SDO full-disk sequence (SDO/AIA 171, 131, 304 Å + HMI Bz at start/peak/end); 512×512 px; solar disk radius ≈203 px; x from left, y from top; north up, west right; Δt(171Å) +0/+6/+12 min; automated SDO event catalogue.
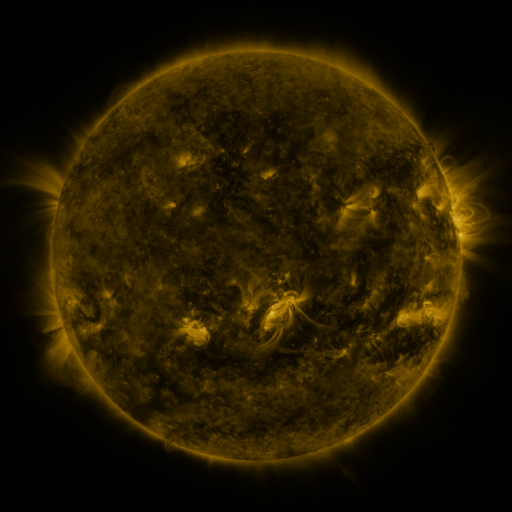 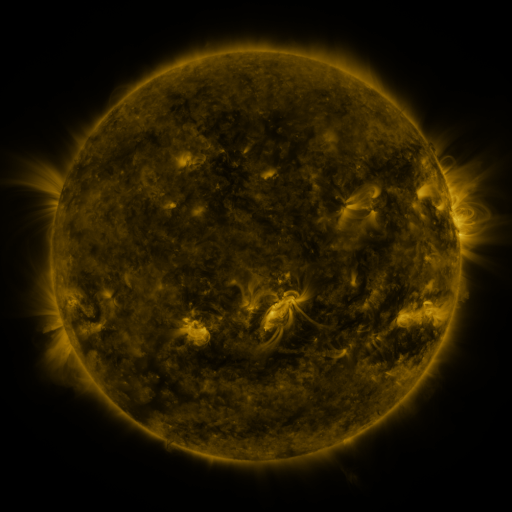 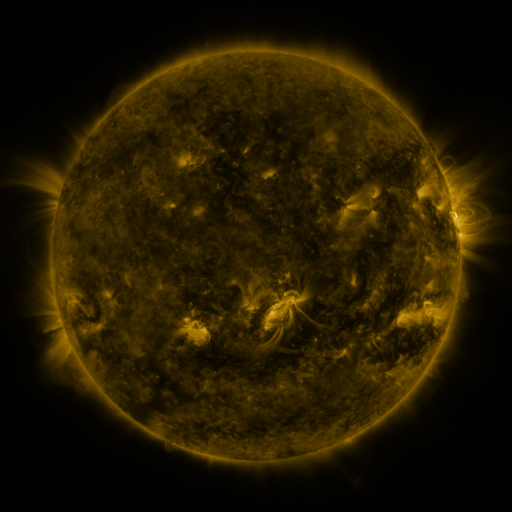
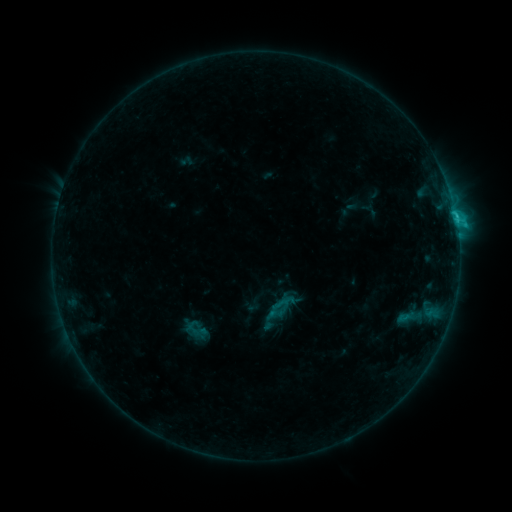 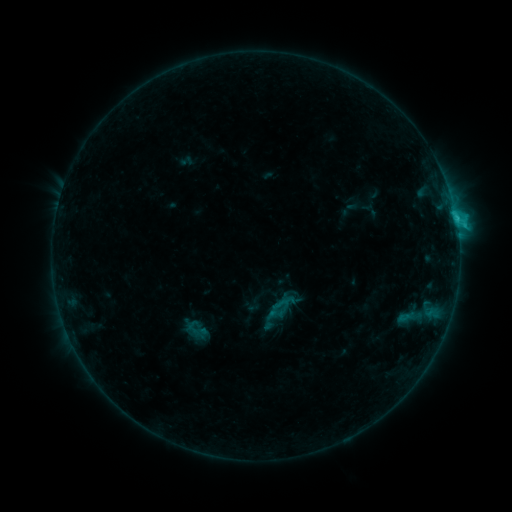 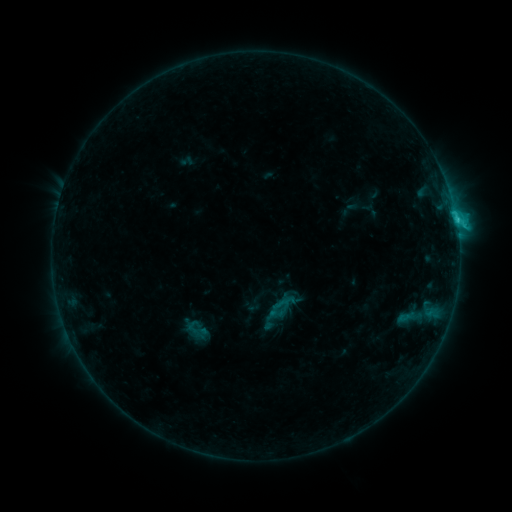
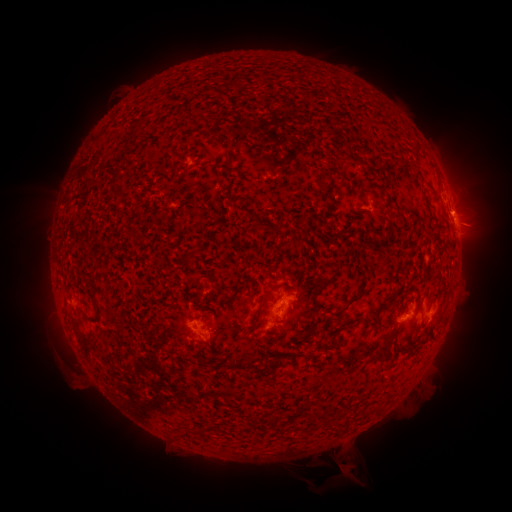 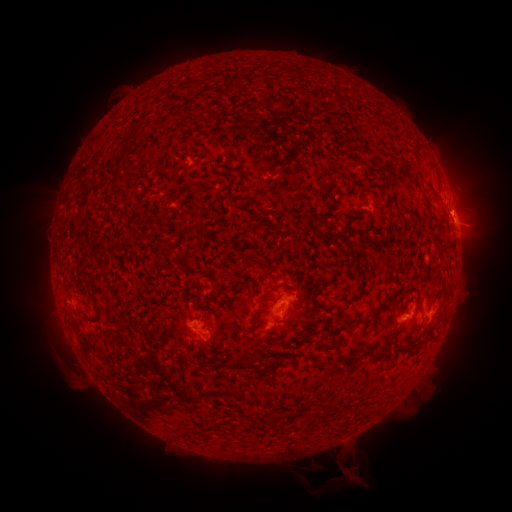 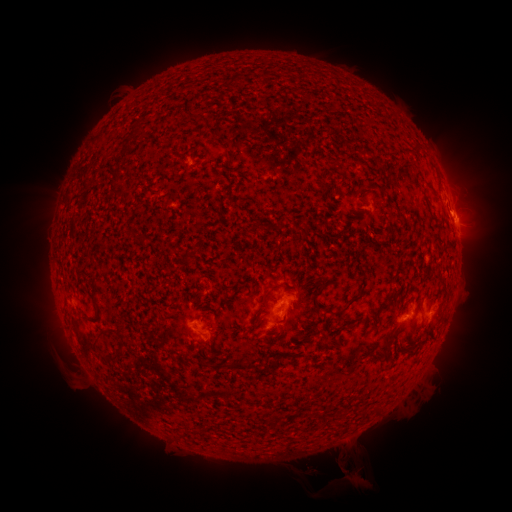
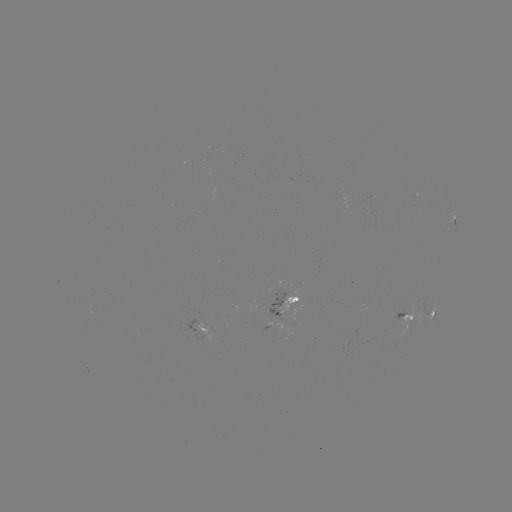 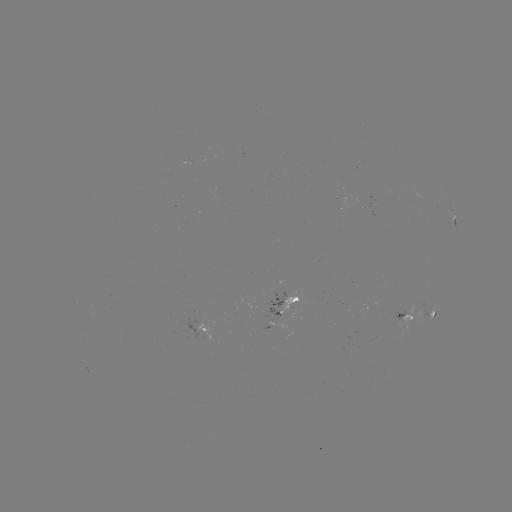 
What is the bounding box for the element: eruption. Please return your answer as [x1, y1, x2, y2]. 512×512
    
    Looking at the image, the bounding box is [334, 451, 370, 486].